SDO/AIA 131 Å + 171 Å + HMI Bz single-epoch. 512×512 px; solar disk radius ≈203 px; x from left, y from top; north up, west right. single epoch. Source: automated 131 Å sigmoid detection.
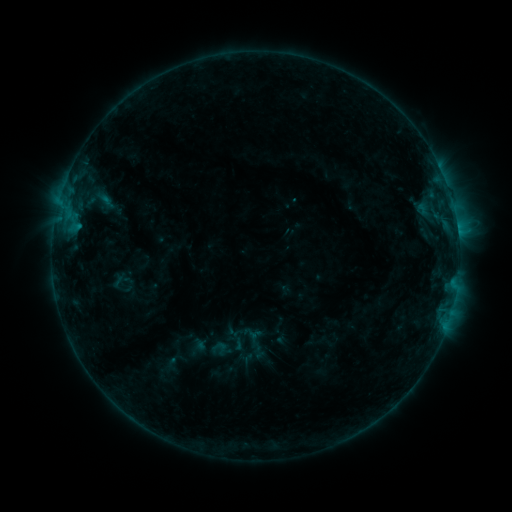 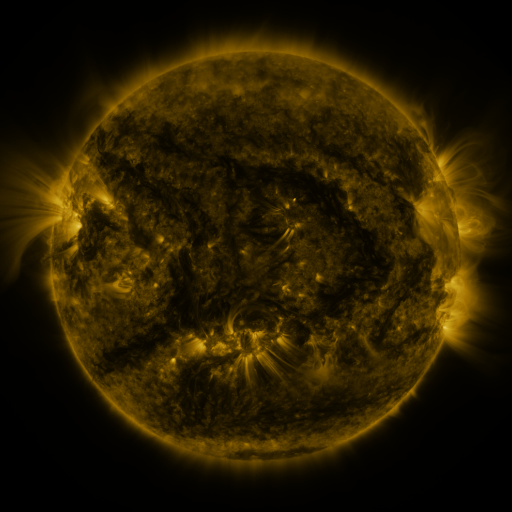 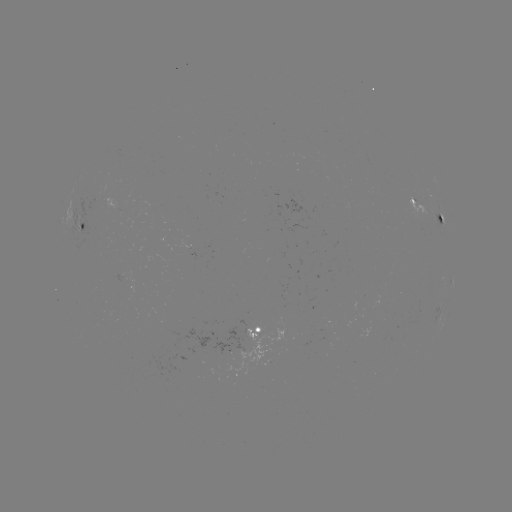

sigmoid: (210, 339, 229, 357)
